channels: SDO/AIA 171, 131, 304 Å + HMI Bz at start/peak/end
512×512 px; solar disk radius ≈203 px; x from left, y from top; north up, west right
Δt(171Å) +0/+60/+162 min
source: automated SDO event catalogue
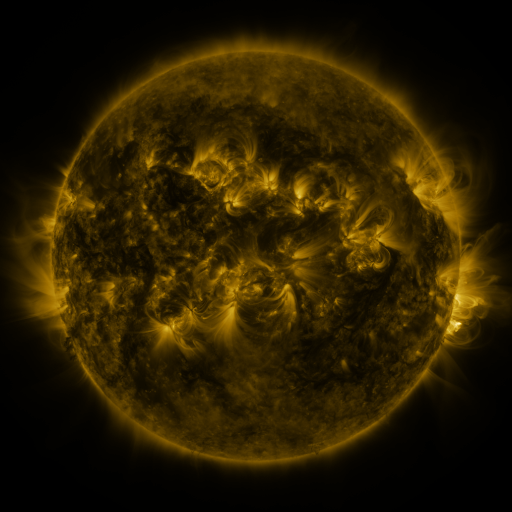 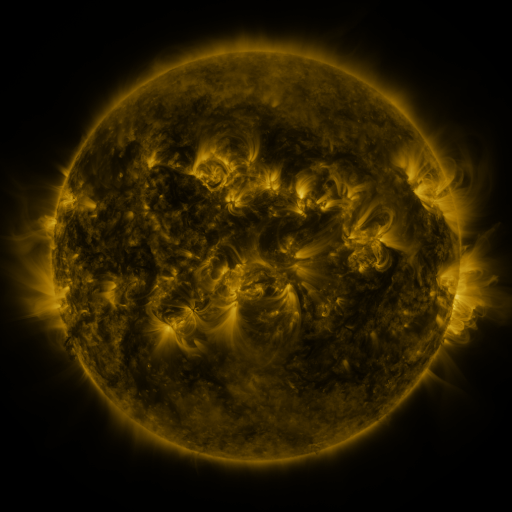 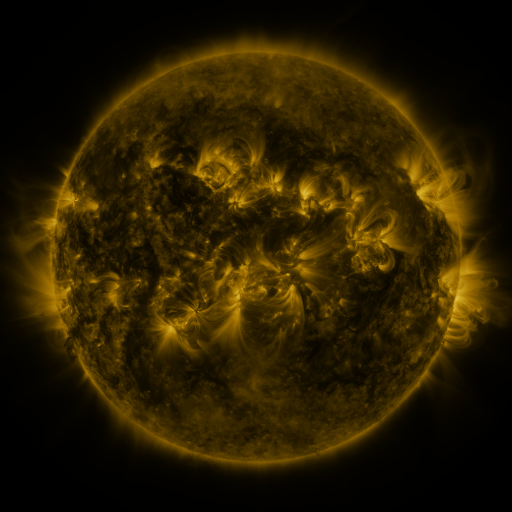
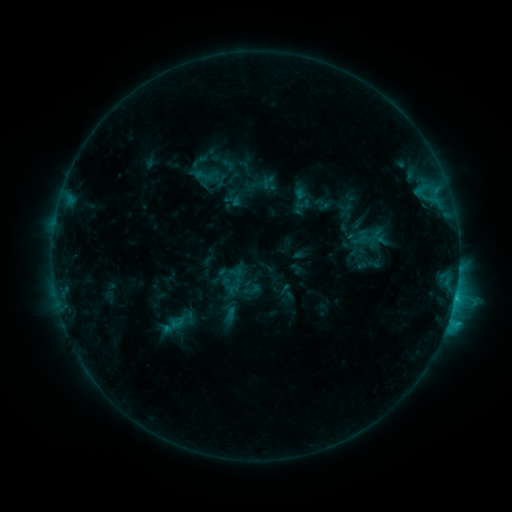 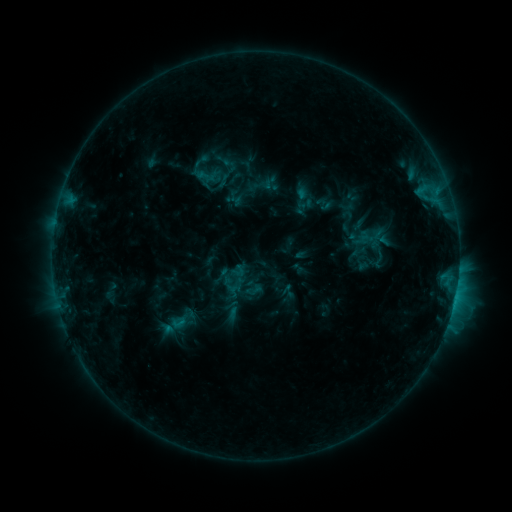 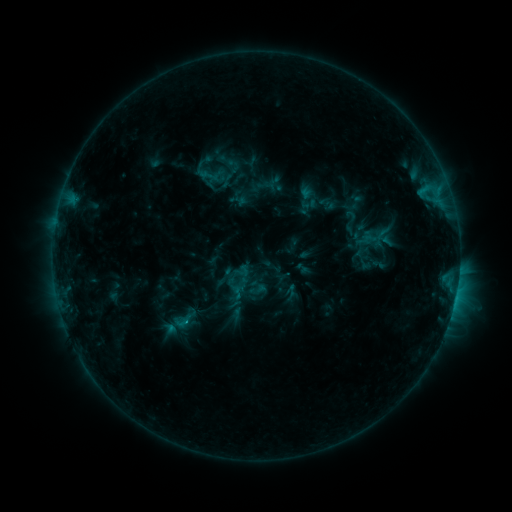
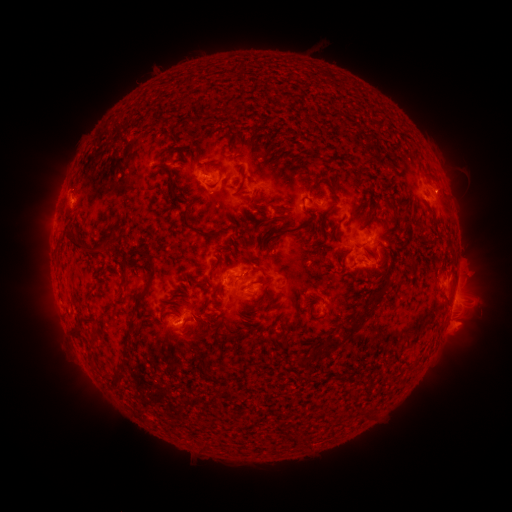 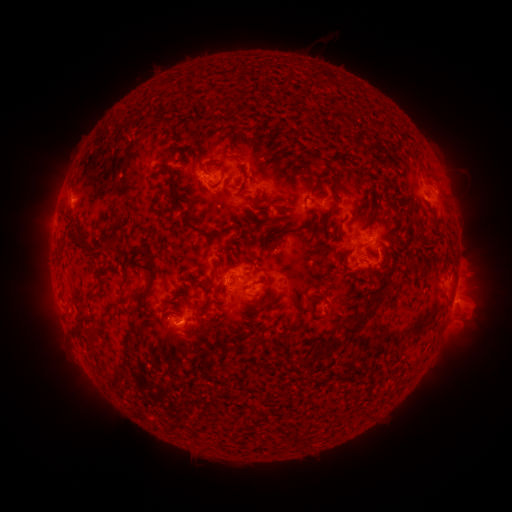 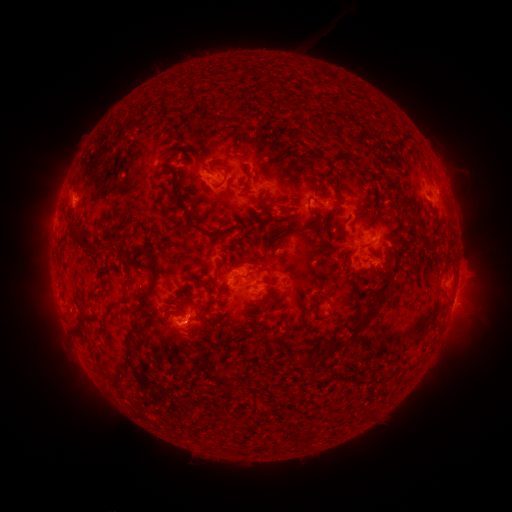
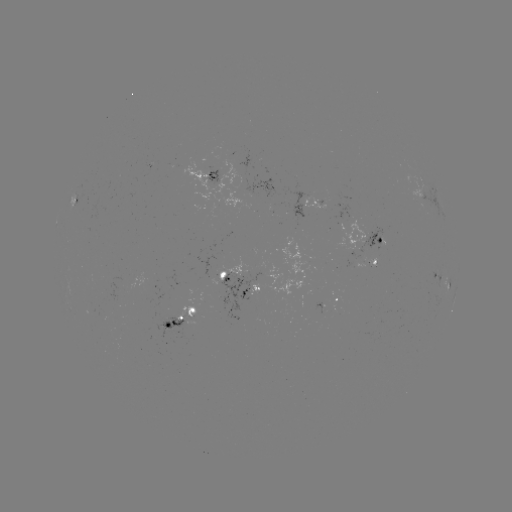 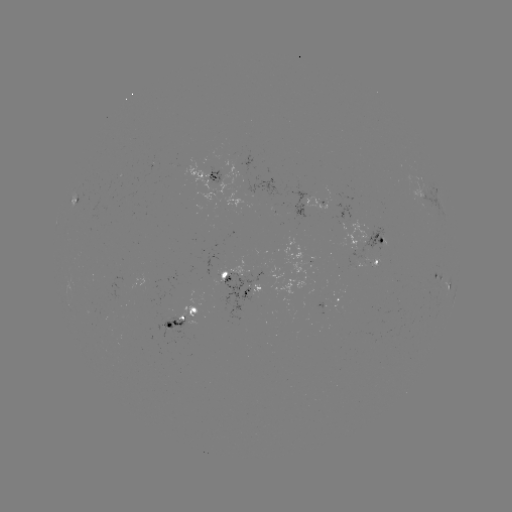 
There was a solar emerging-flux region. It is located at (253, 277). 